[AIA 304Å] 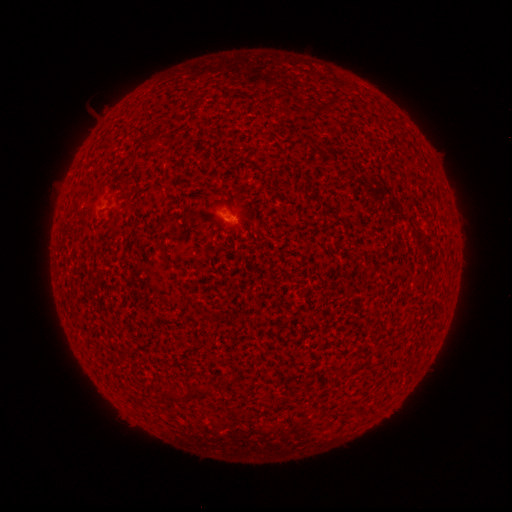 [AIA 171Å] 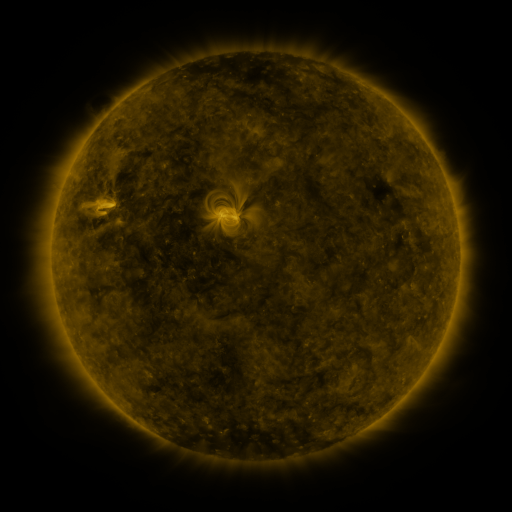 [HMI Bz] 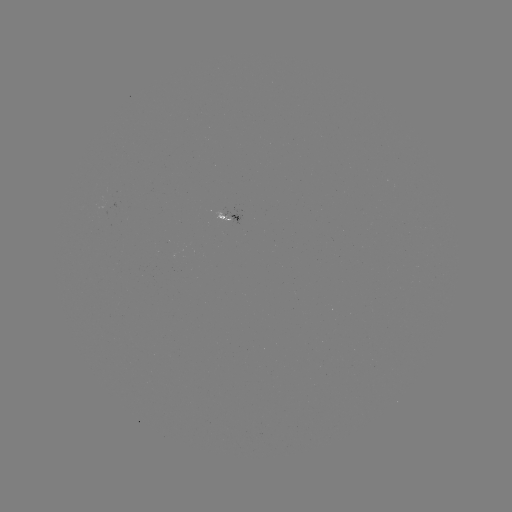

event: spotted active region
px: (227, 216)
